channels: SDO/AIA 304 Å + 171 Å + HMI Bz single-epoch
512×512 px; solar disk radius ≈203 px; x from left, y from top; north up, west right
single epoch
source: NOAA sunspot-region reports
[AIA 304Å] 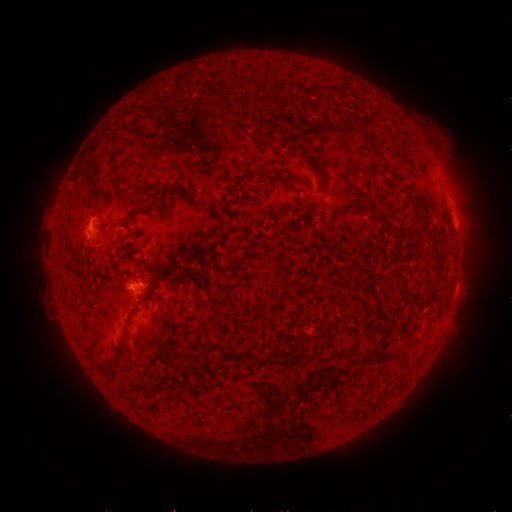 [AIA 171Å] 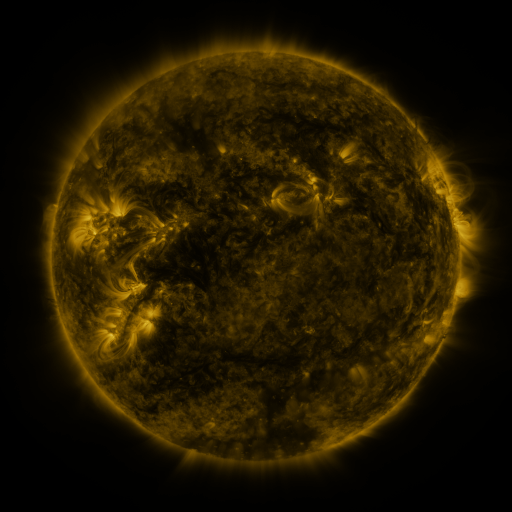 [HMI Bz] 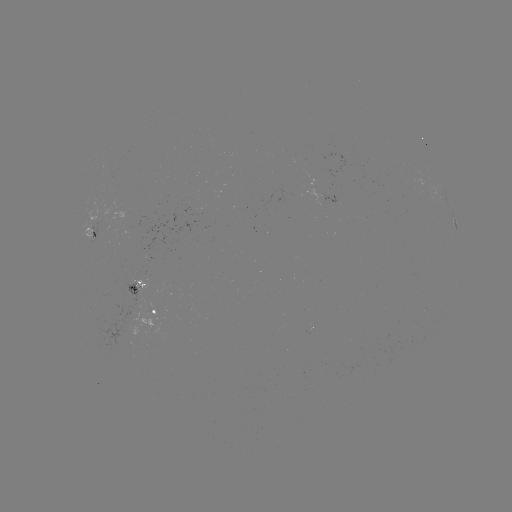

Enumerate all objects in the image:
spotted active region: (455, 225)
spotted active region: (95, 230)
spotted active region: (139, 287)
spotted active region: (157, 310)
